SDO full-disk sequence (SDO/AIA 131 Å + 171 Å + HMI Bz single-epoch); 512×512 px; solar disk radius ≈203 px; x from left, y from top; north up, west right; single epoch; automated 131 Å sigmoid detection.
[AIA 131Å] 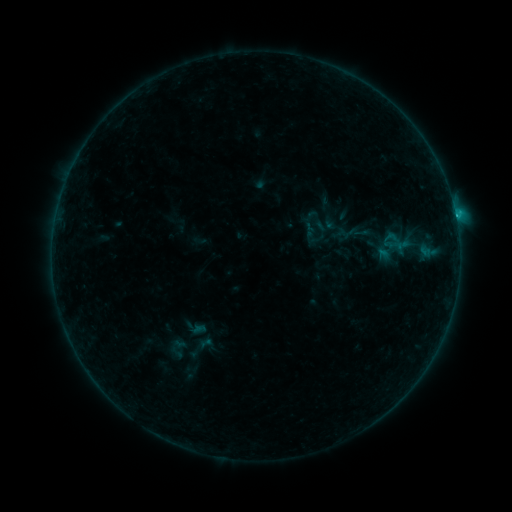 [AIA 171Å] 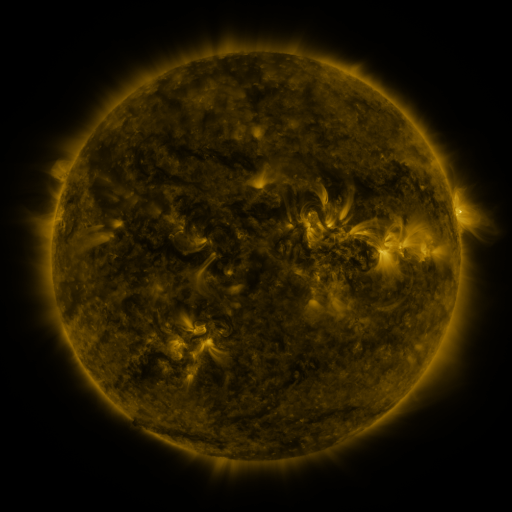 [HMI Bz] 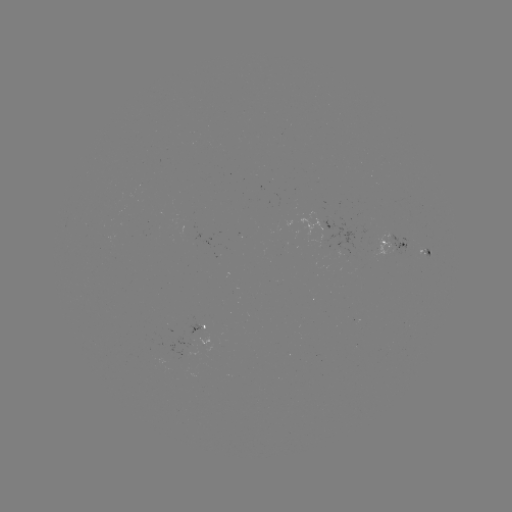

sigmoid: <bbox>377, 227, 412, 257</bbox>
